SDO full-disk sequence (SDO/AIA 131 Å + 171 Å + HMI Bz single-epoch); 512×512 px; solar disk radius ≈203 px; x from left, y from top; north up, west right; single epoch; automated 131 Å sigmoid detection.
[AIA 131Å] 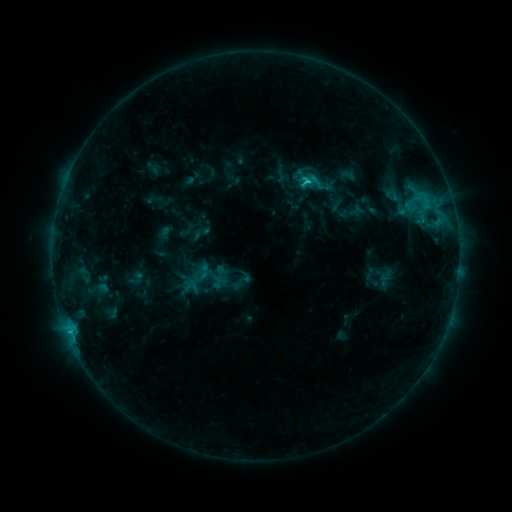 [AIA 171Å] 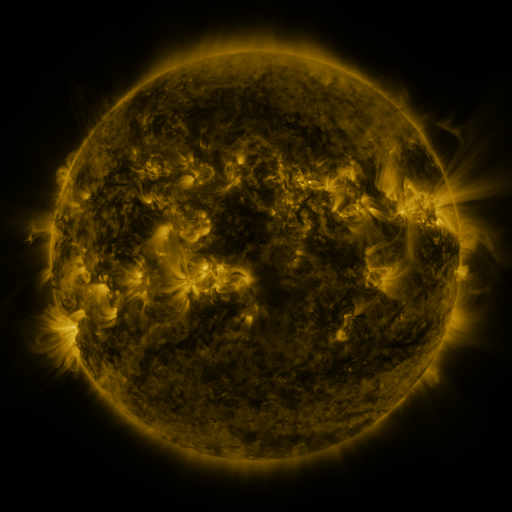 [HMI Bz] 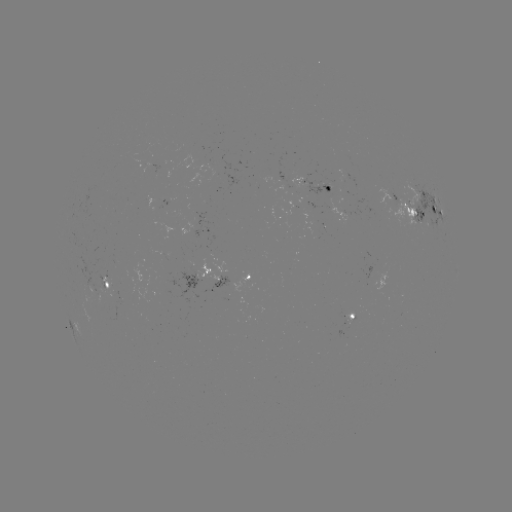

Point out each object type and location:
sigmoid: (308, 169)
sigmoid: (245, 278)
